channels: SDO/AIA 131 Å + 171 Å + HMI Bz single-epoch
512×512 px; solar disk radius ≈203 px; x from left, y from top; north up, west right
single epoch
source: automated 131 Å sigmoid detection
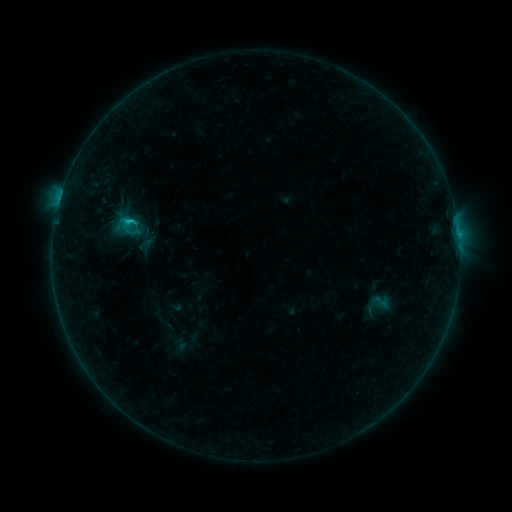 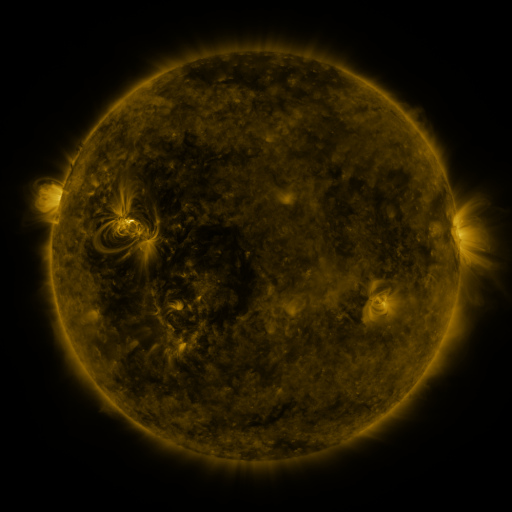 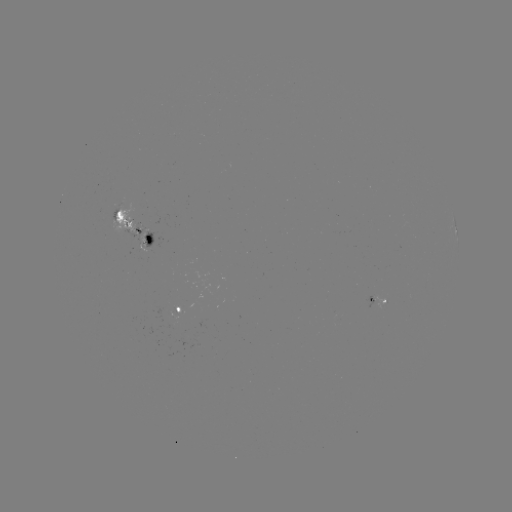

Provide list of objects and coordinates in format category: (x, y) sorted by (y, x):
sigmoid: (380, 302)
